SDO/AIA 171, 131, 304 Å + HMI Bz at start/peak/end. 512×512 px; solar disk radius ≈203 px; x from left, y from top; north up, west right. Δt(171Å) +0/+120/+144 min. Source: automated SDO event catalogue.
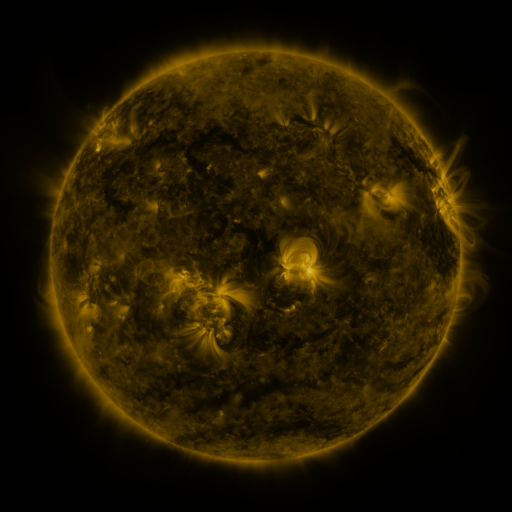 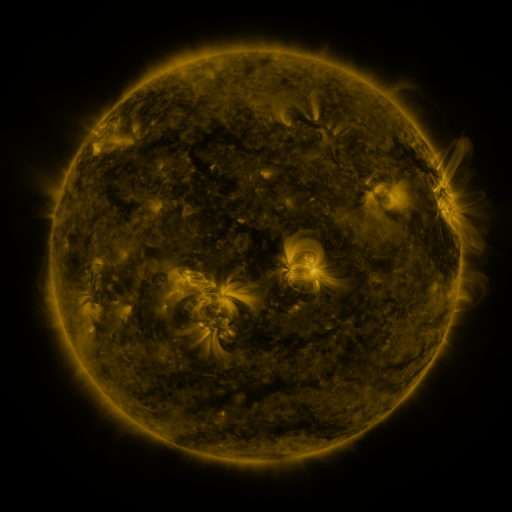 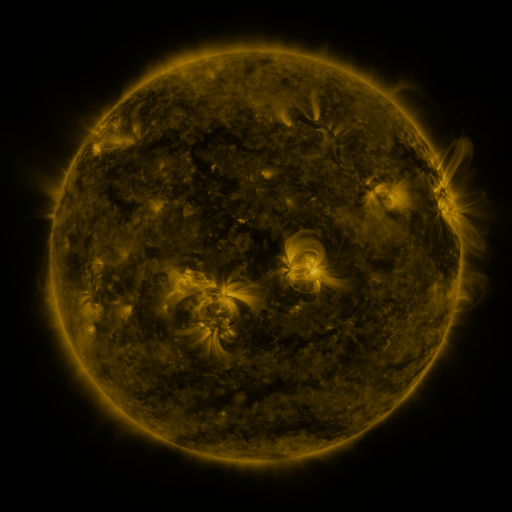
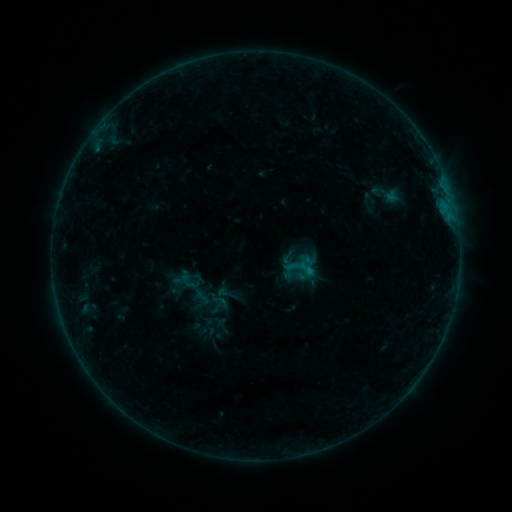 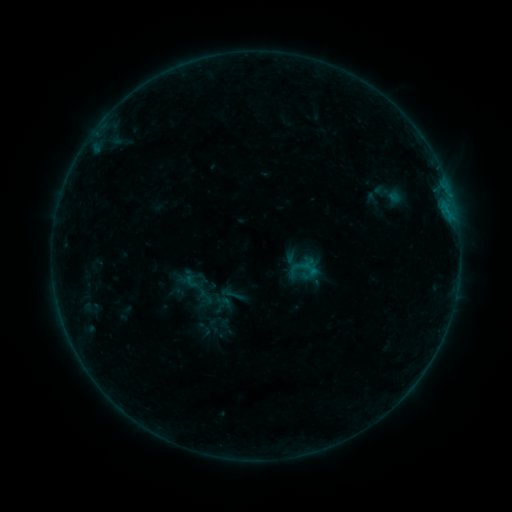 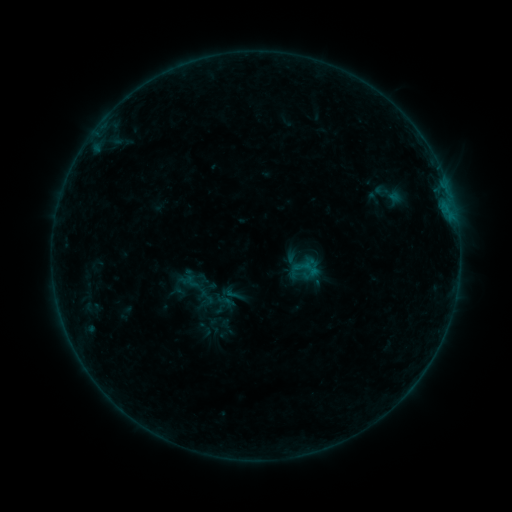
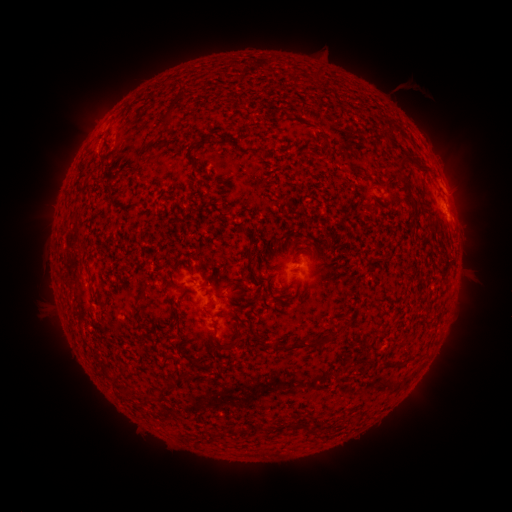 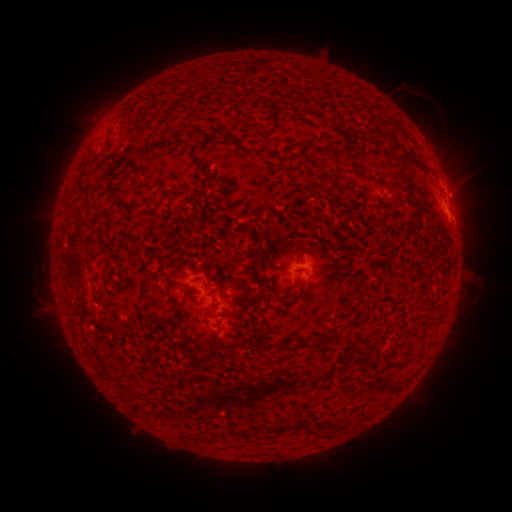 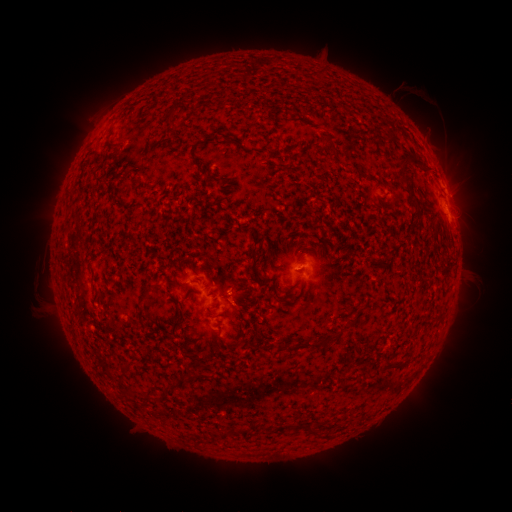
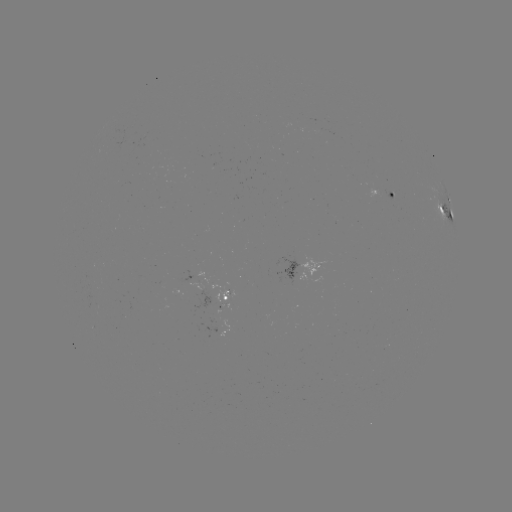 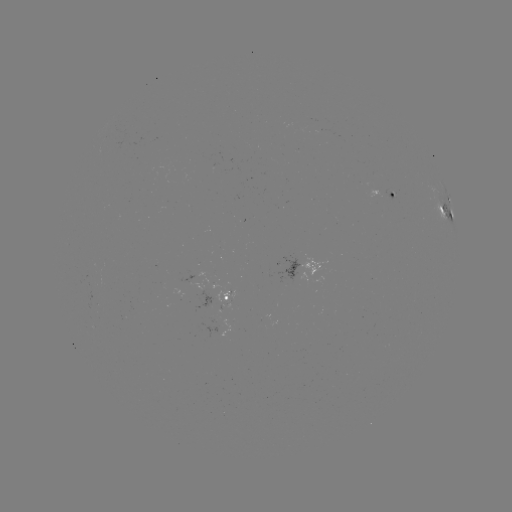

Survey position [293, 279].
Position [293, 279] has emerging-flux region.